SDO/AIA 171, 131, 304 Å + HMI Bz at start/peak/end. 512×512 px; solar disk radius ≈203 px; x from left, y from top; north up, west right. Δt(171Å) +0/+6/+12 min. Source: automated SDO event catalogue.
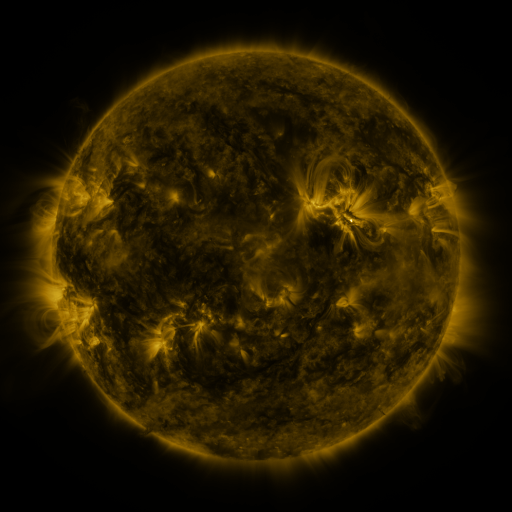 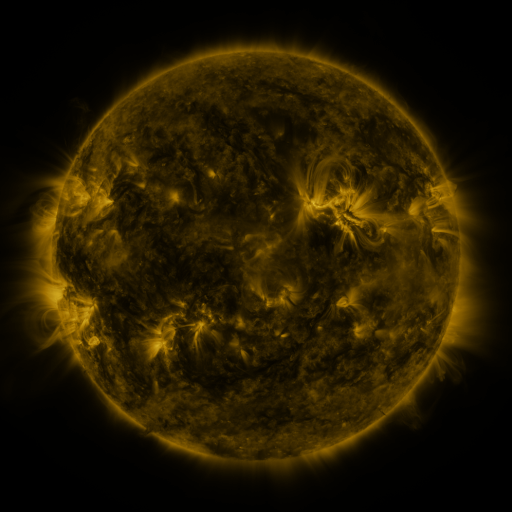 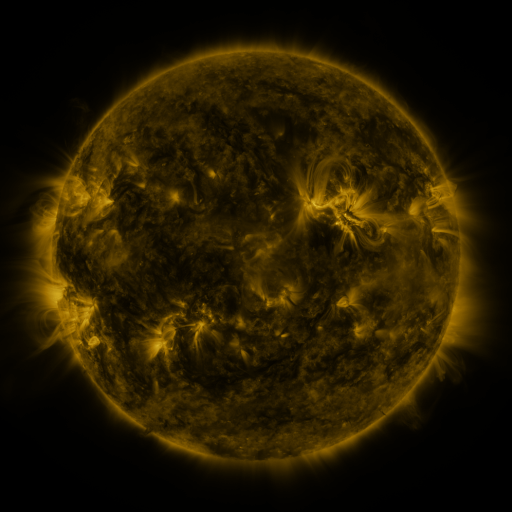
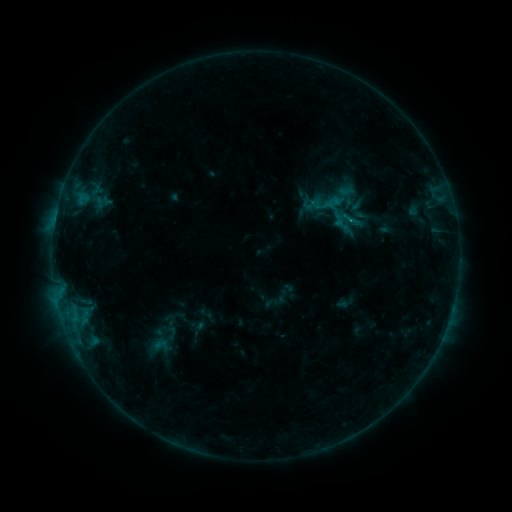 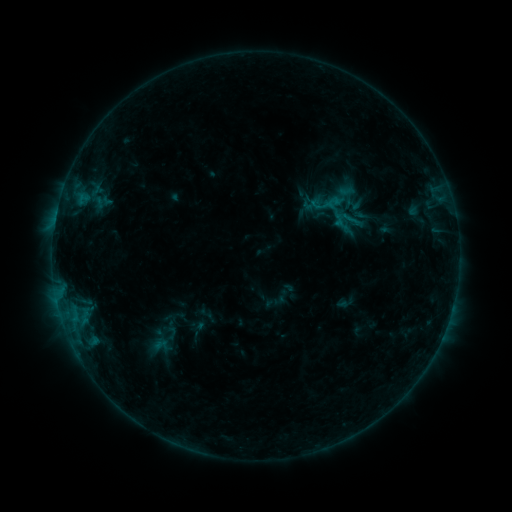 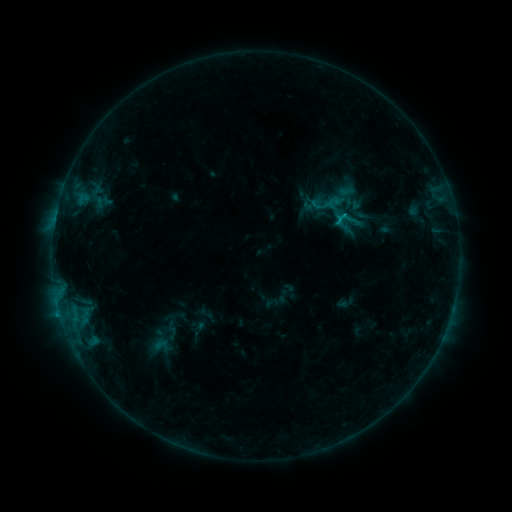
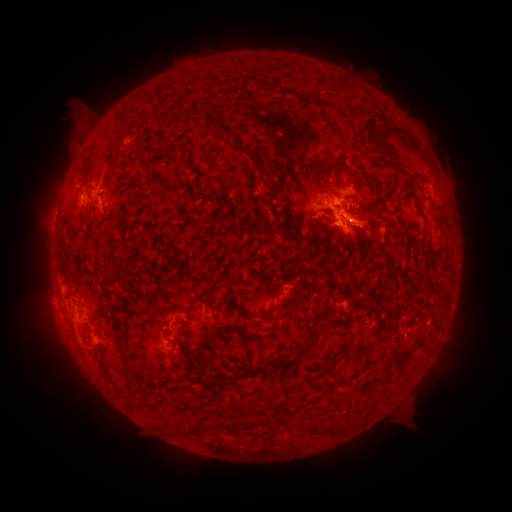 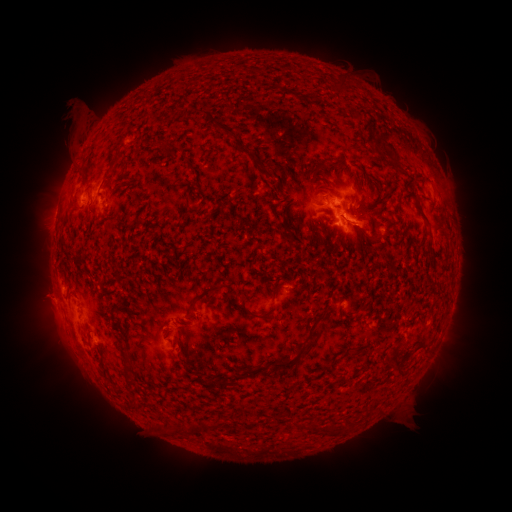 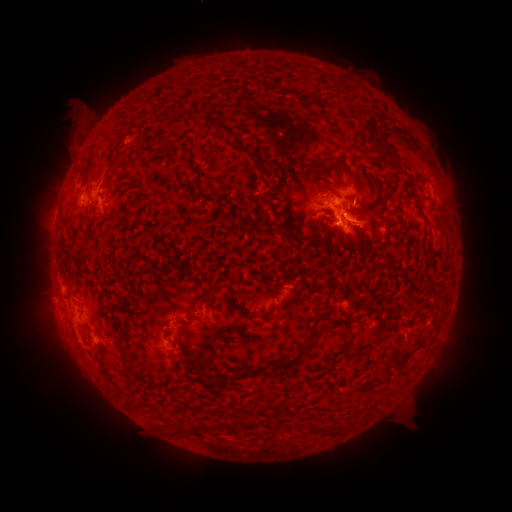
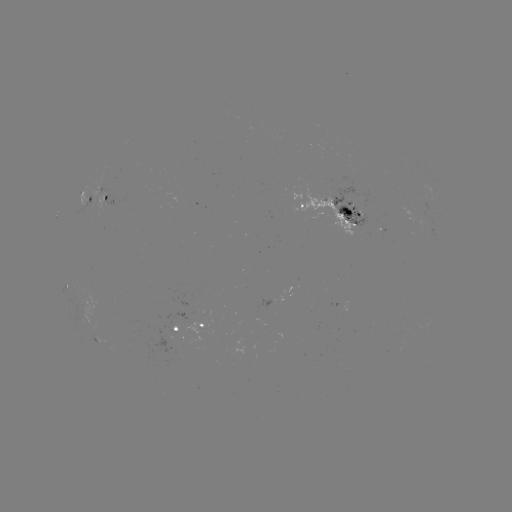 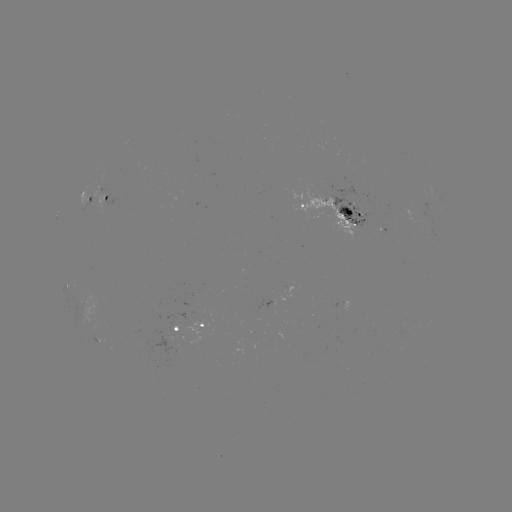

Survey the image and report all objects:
eruption: (43, 298)
